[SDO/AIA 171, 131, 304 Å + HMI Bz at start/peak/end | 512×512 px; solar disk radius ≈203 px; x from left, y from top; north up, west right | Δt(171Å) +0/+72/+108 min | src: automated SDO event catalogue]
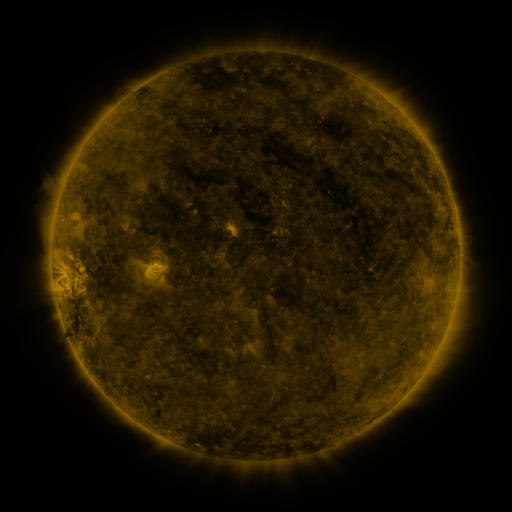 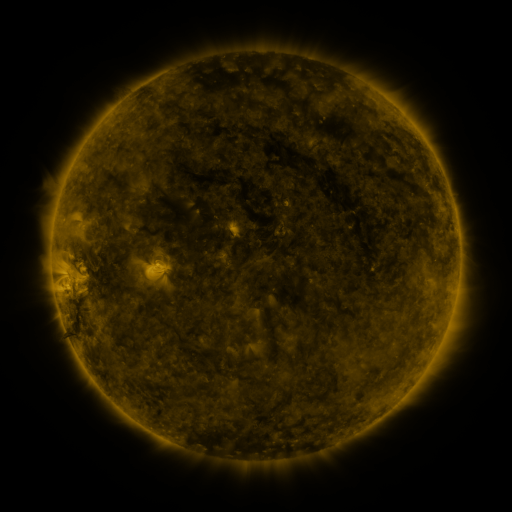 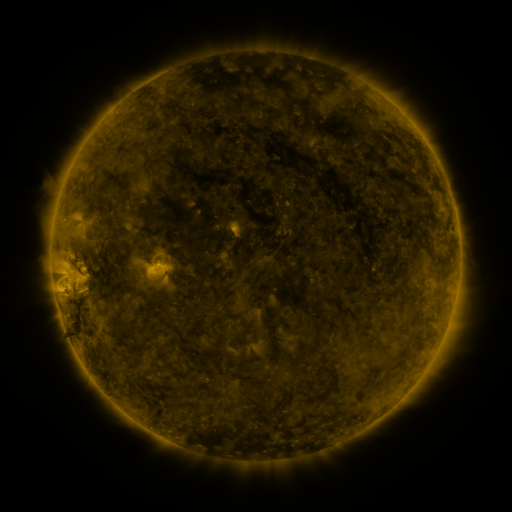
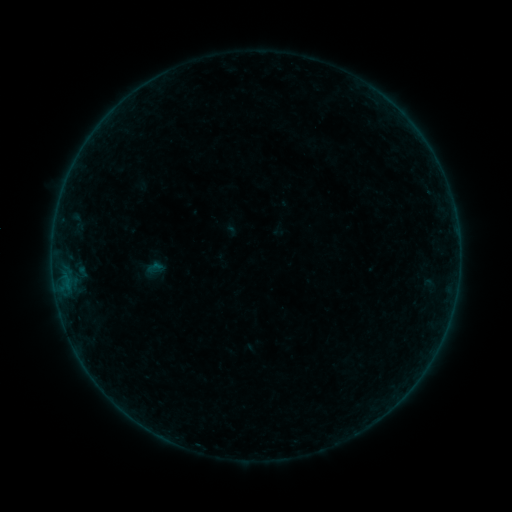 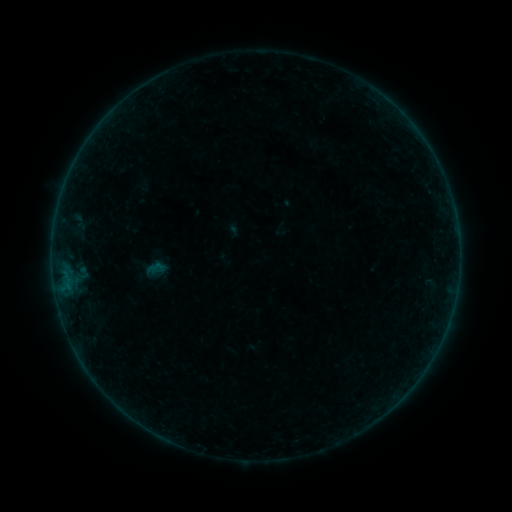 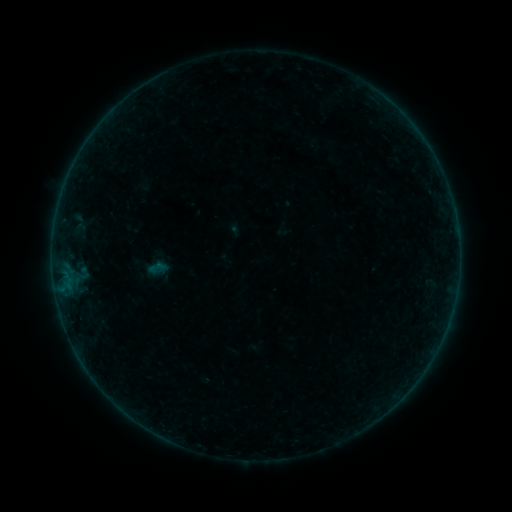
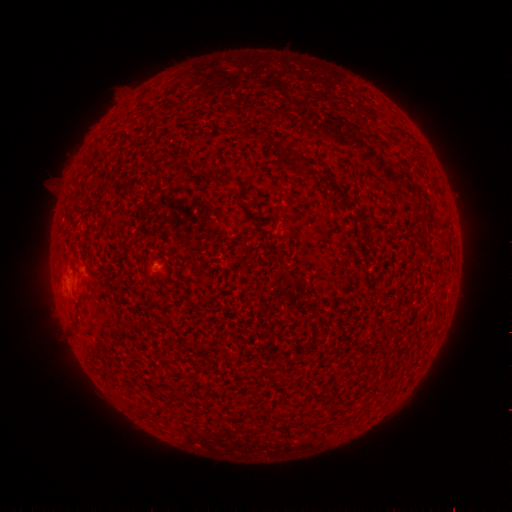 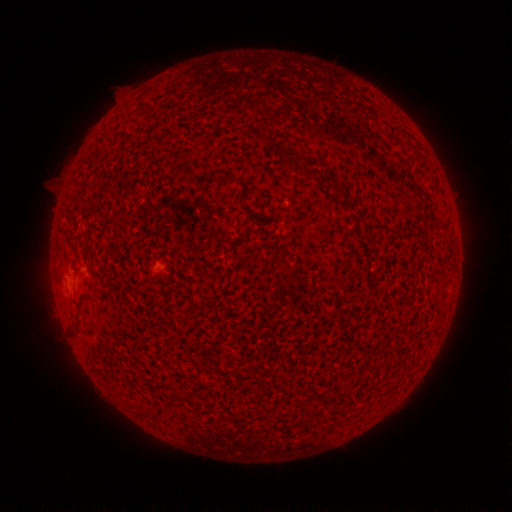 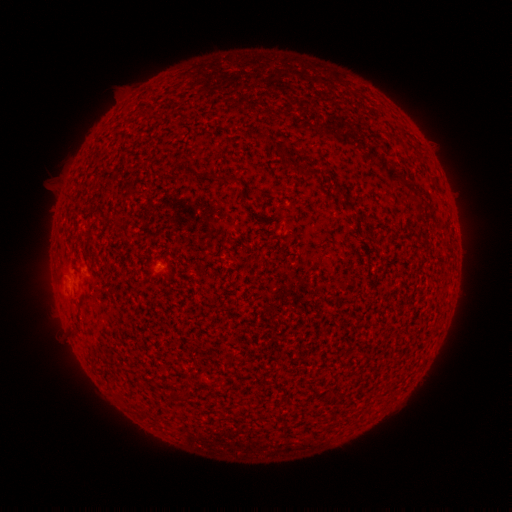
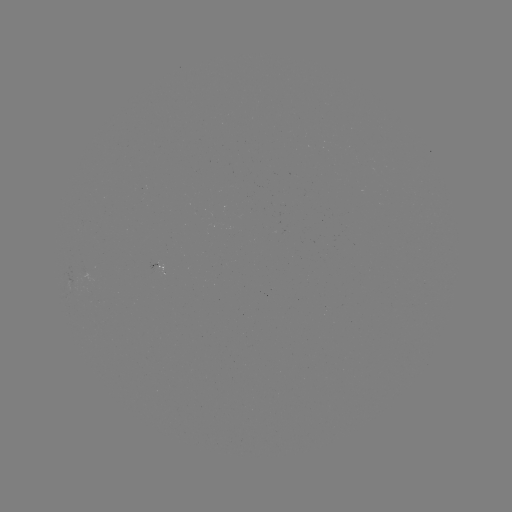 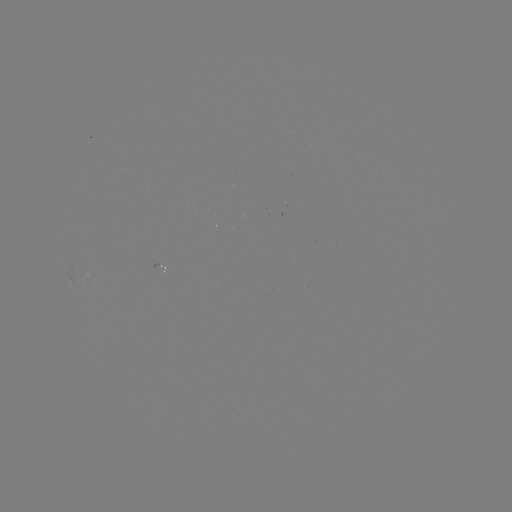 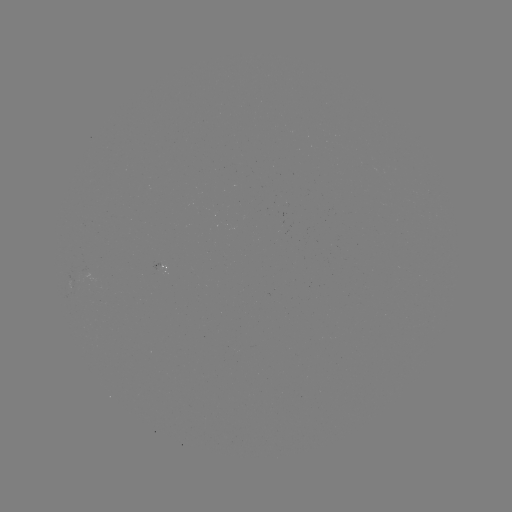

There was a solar emerging-flux region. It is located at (87, 273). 